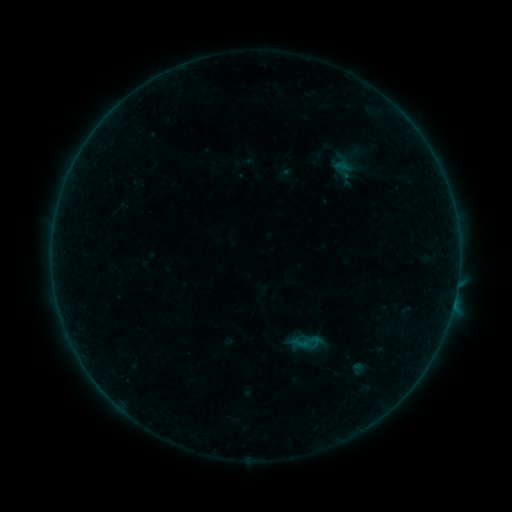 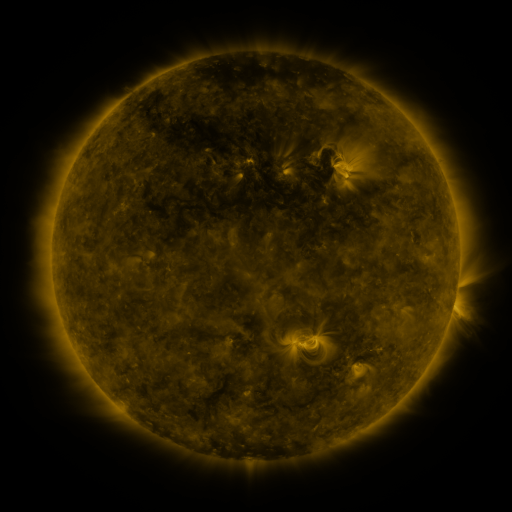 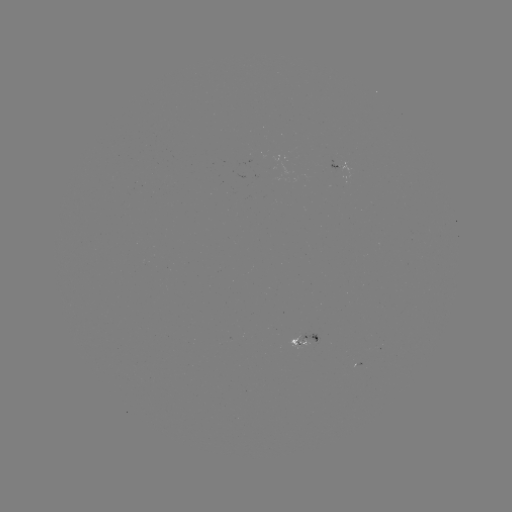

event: sigmoid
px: (307, 342)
